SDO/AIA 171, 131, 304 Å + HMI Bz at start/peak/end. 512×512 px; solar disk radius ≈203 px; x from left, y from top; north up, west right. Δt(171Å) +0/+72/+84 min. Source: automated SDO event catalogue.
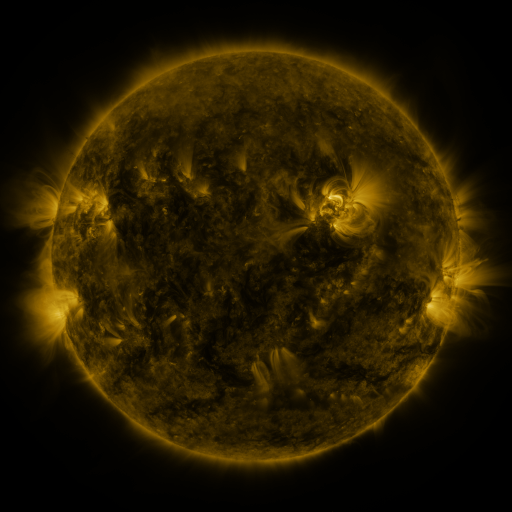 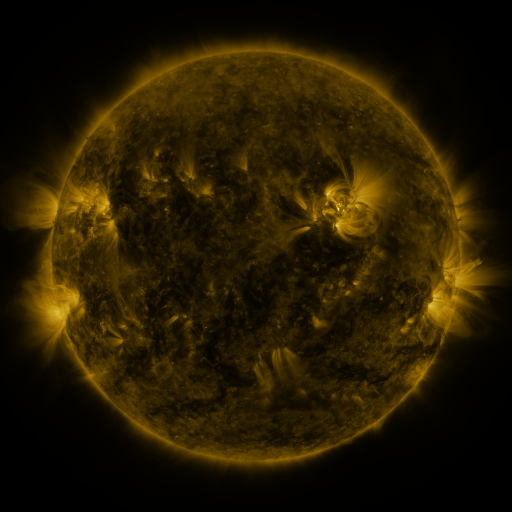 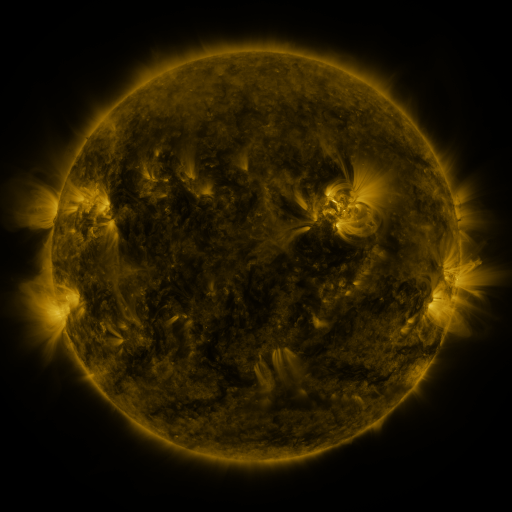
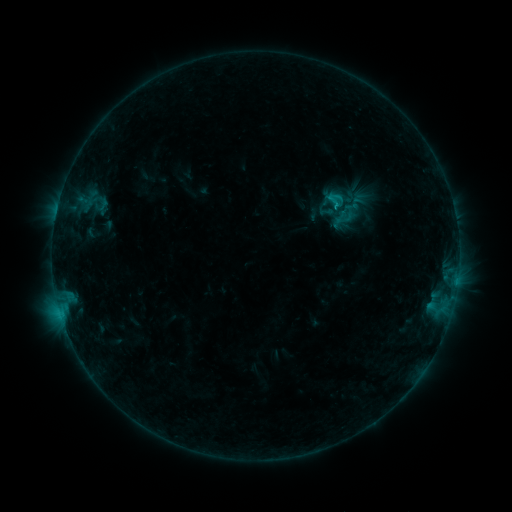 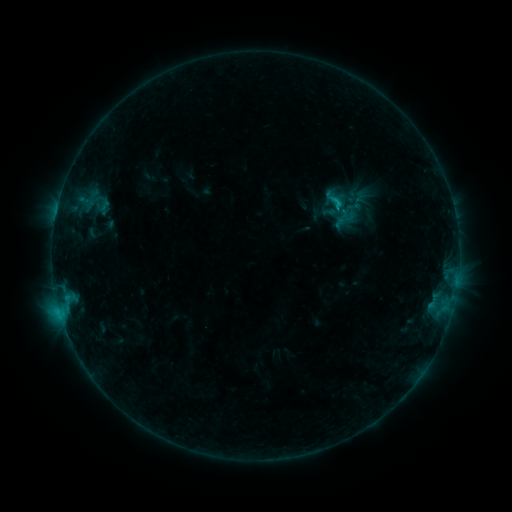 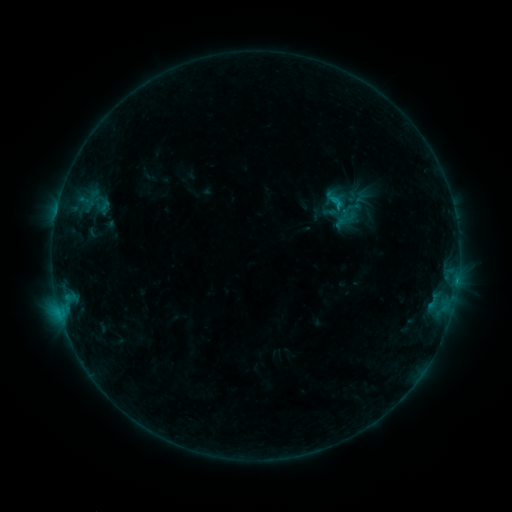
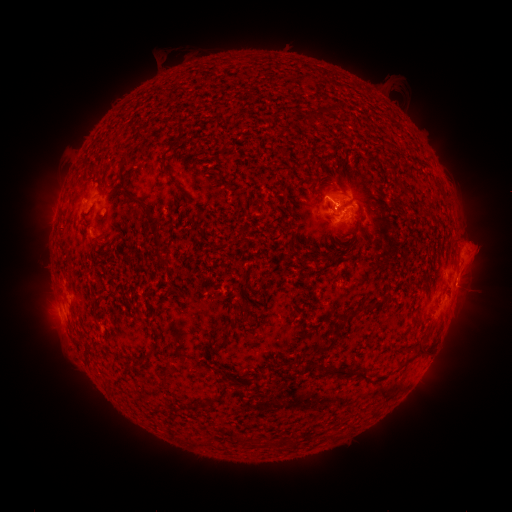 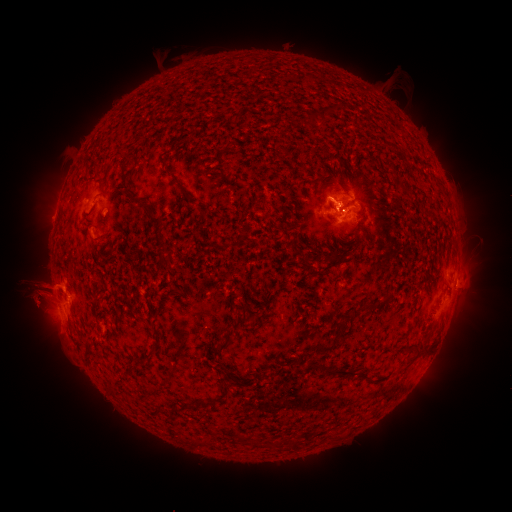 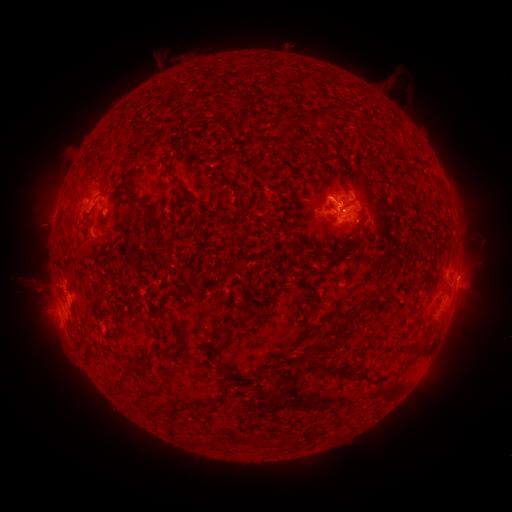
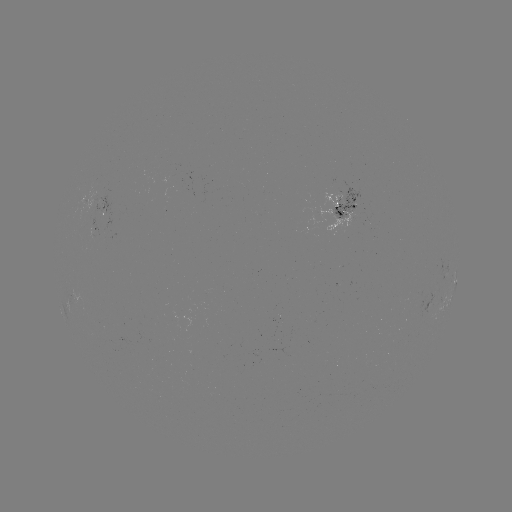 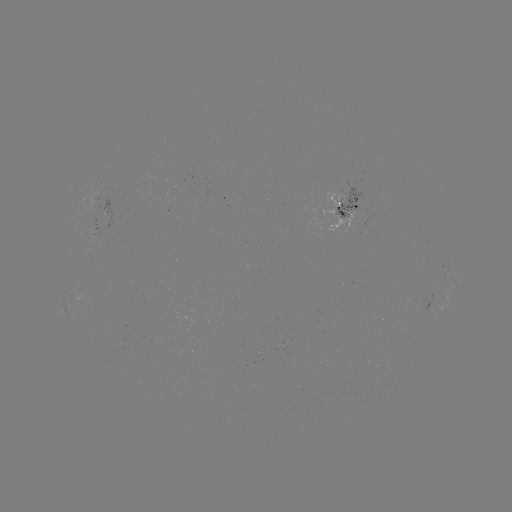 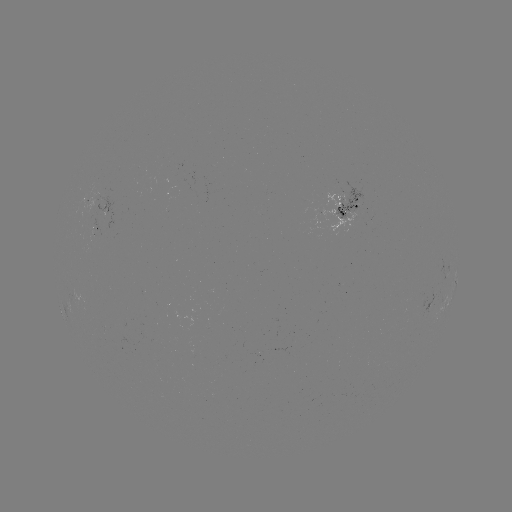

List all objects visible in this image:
emerging-flux region: (94, 208)
